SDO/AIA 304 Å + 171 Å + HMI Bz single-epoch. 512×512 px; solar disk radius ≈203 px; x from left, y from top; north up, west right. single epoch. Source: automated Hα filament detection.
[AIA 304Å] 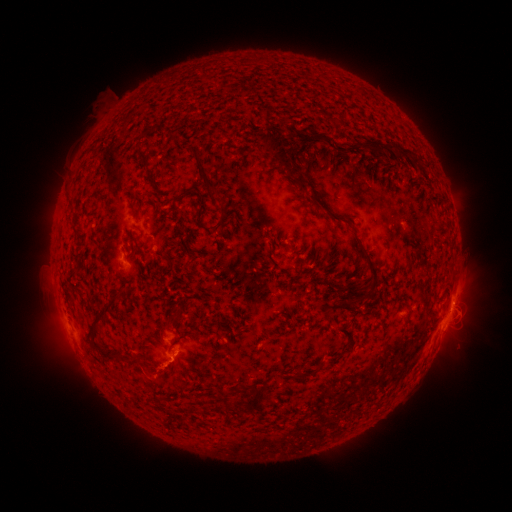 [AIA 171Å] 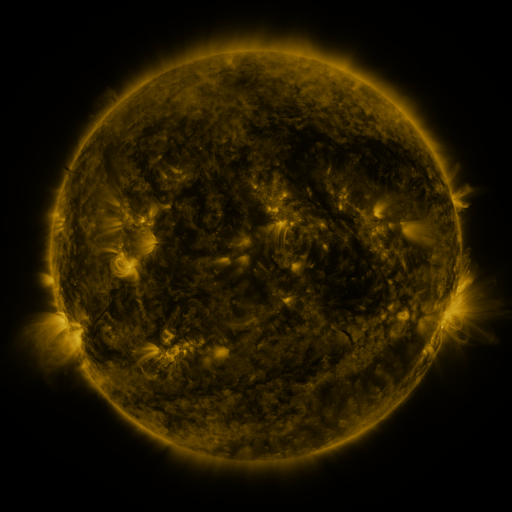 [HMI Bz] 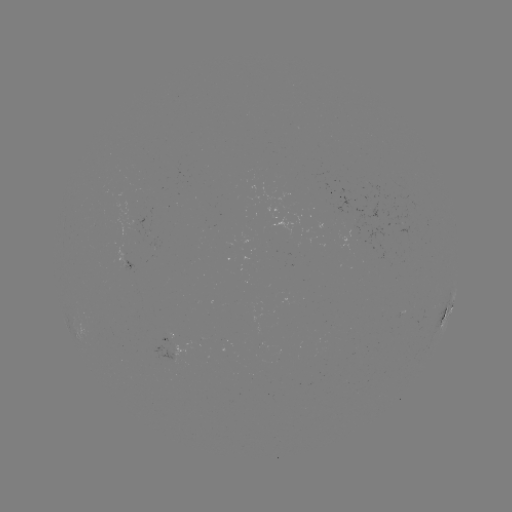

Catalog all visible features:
filament: (284, 121)
filament: (326, 141)
filament: (392, 146)
filament: (345, 149)
filament: (278, 151)
filament: (141, 157)
filament: (414, 158)
filament: (425, 163)
filament: (200, 171)
filament: (298, 183)
filament: (237, 210)
filament: (328, 212)
filament: (226, 214)
filament: (198, 219)
filament: (270, 237)
filament: (291, 248)
filament: (188, 263)
filament: (370, 263)
filament: (119, 278)
filament: (356, 299)
filament: (99, 321)
filament: (170, 323)
filament: (350, 334)
filament: (117, 361)
filament: (322, 366)
filament: (152, 369)
filament: (259, 397)
